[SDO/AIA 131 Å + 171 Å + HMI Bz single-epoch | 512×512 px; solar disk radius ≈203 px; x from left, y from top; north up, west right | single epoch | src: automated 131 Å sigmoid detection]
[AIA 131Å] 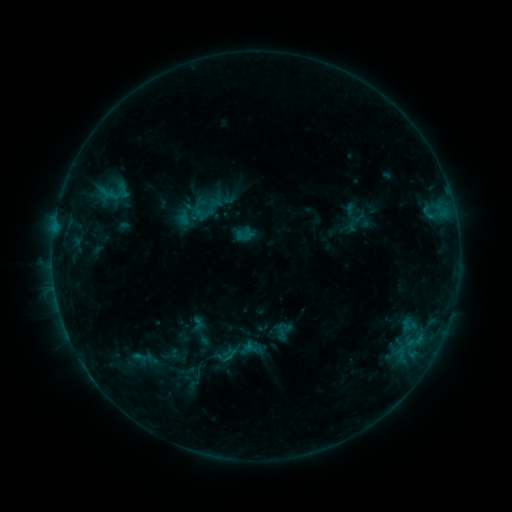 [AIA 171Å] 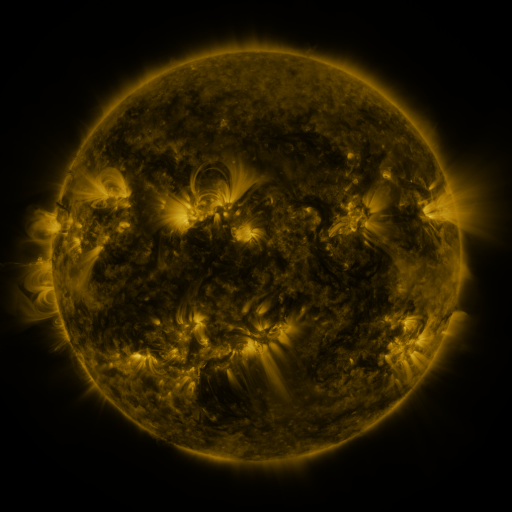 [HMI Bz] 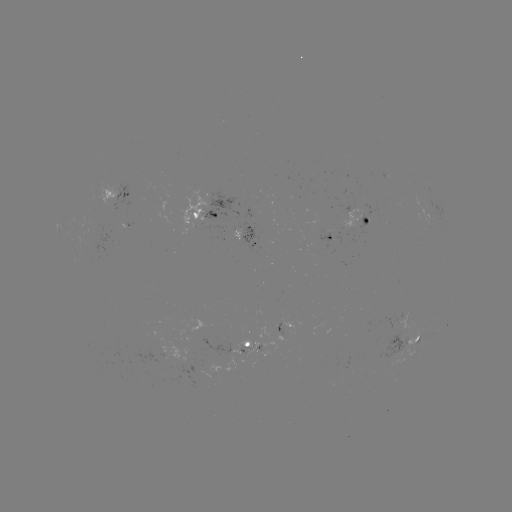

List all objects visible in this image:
sigmoid: <bbox>200, 334, 247, 375</bbox>
